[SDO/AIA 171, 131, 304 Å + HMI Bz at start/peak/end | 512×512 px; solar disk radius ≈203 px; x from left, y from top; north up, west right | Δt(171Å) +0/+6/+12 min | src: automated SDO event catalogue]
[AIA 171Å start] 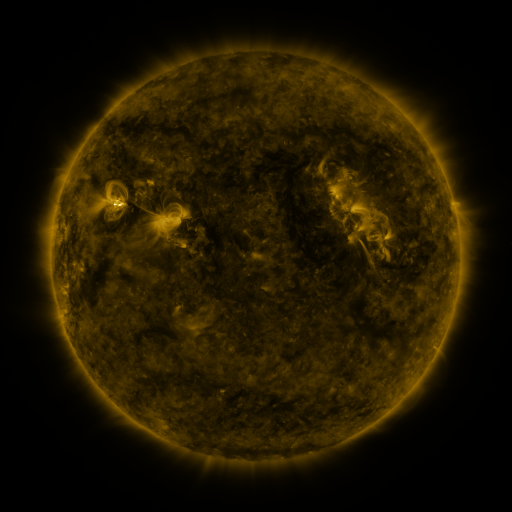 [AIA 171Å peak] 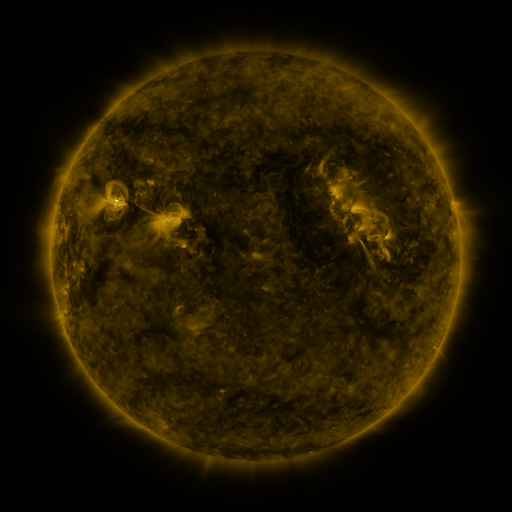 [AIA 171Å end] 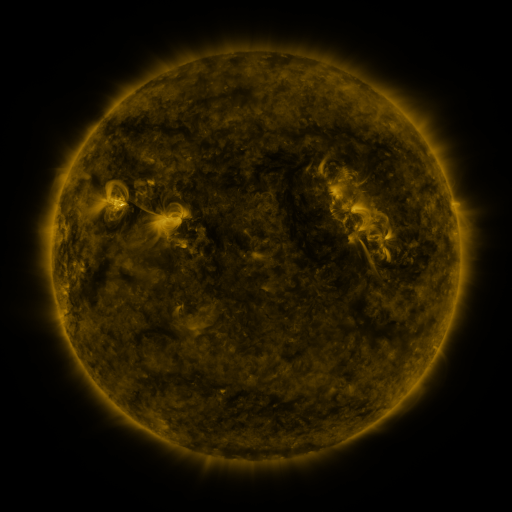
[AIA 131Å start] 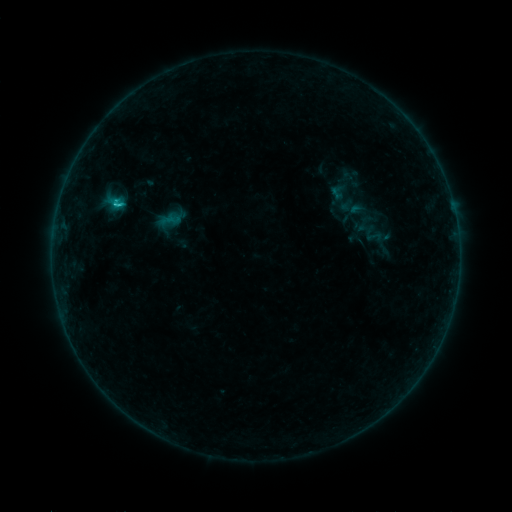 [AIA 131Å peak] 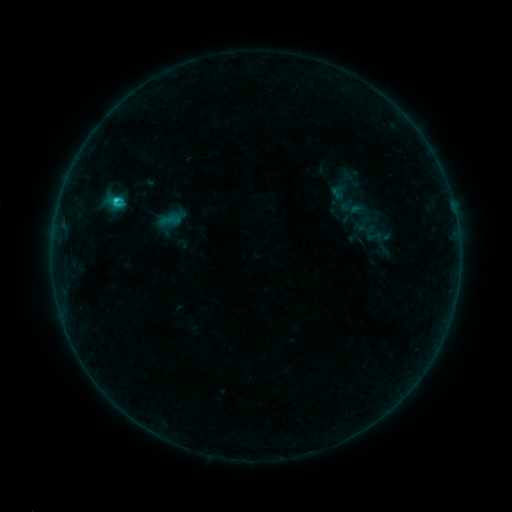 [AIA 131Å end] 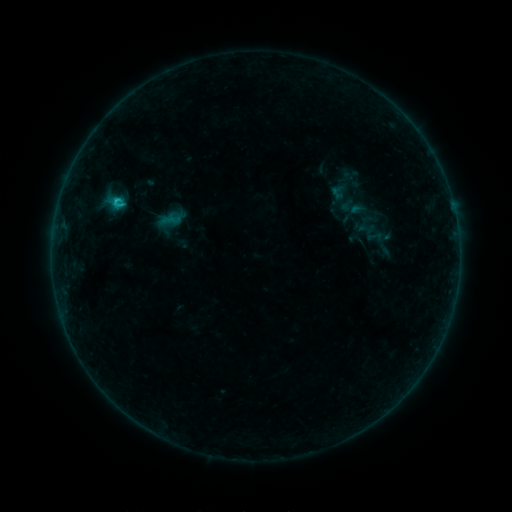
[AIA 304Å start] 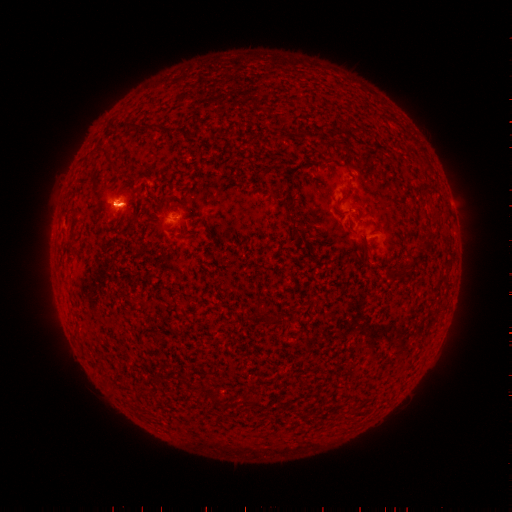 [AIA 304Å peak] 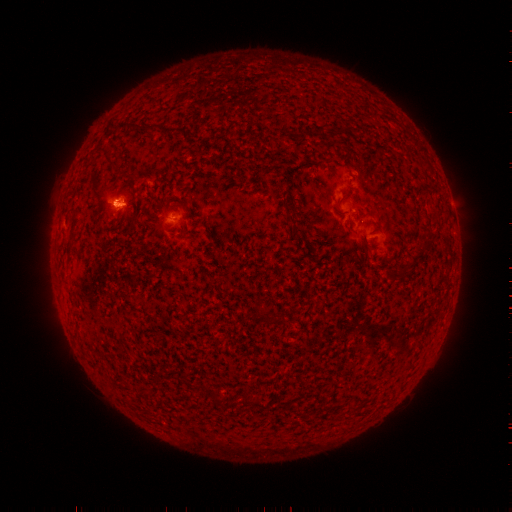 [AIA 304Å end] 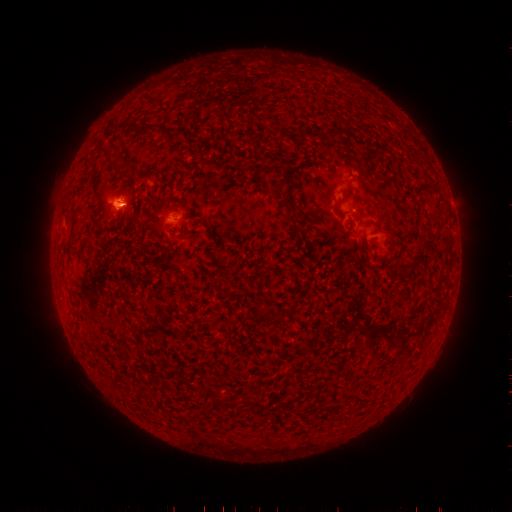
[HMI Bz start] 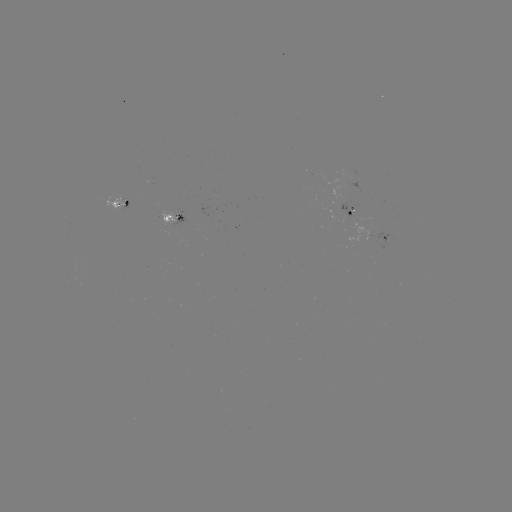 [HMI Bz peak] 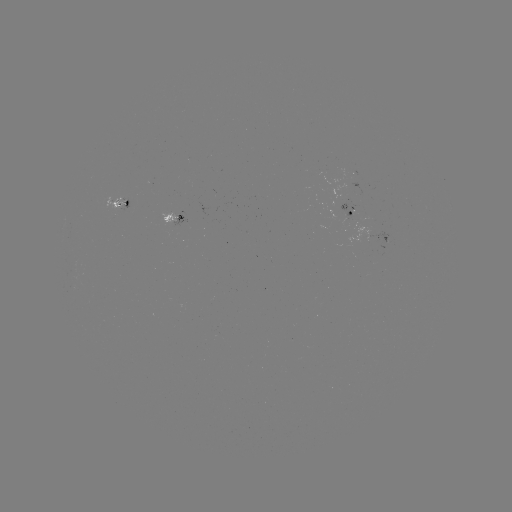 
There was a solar flare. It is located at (117, 204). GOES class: C1.0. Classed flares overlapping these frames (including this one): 1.